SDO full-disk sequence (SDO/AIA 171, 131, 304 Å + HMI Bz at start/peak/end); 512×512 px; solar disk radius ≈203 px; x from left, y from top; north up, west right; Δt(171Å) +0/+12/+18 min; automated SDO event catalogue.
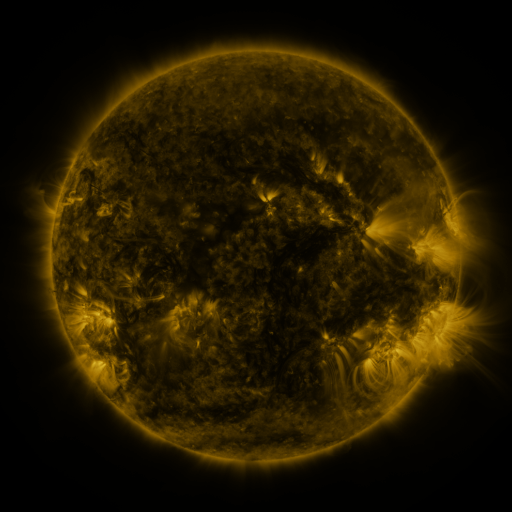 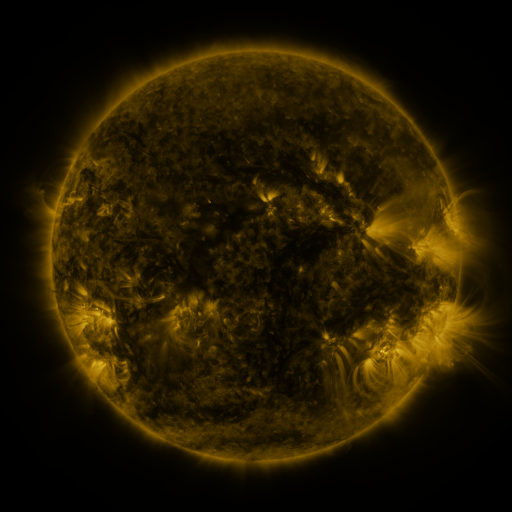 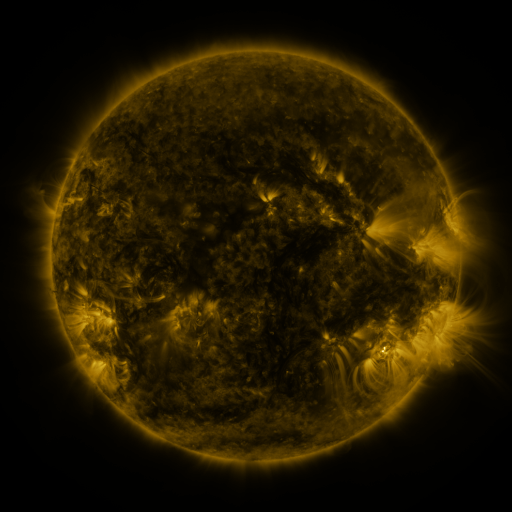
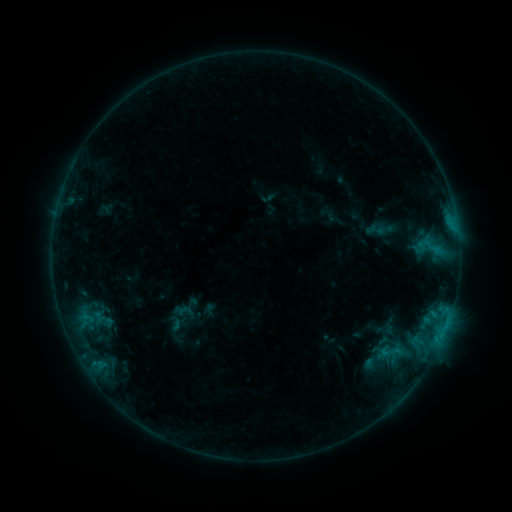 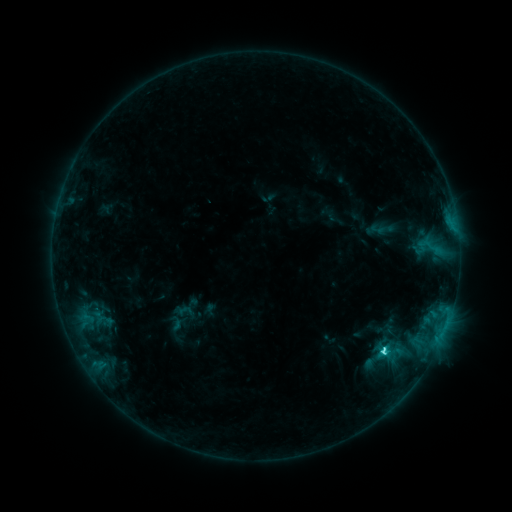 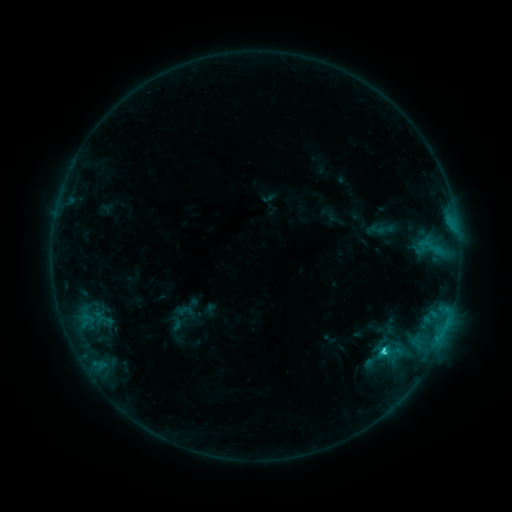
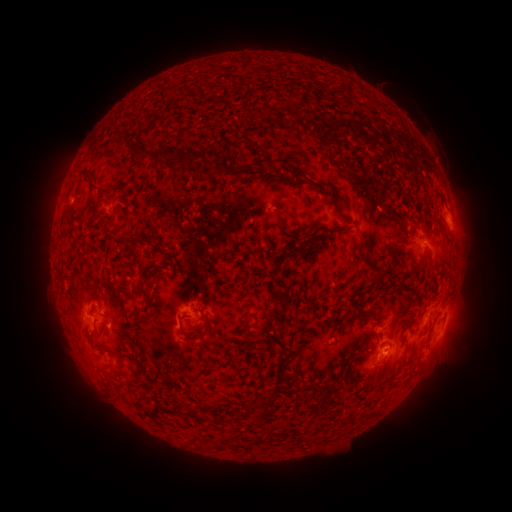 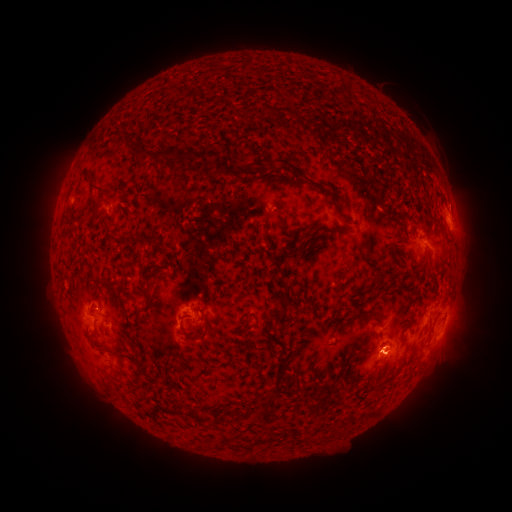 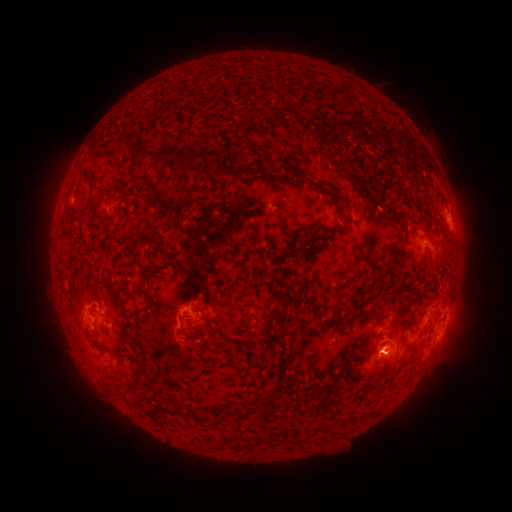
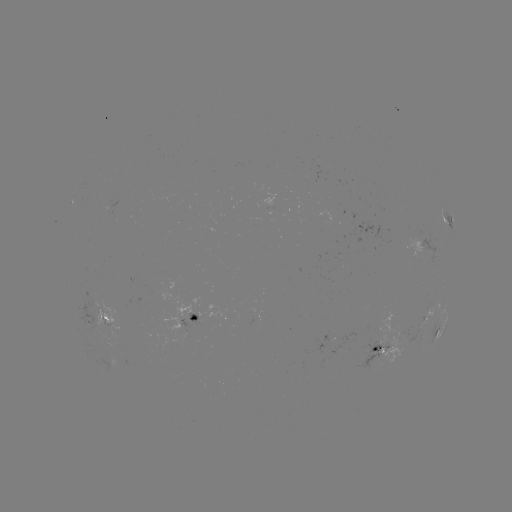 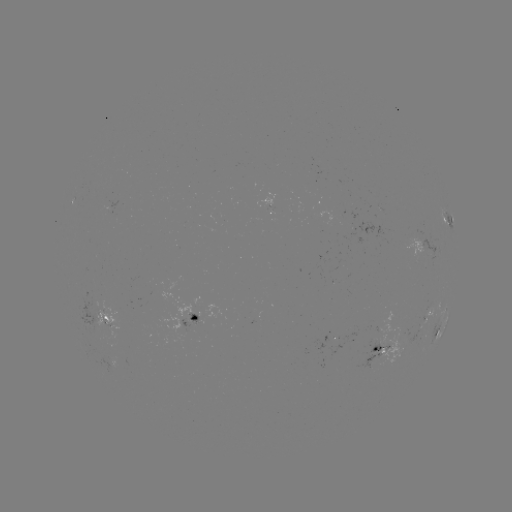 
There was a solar flare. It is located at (383, 350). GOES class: C3.0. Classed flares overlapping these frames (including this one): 1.